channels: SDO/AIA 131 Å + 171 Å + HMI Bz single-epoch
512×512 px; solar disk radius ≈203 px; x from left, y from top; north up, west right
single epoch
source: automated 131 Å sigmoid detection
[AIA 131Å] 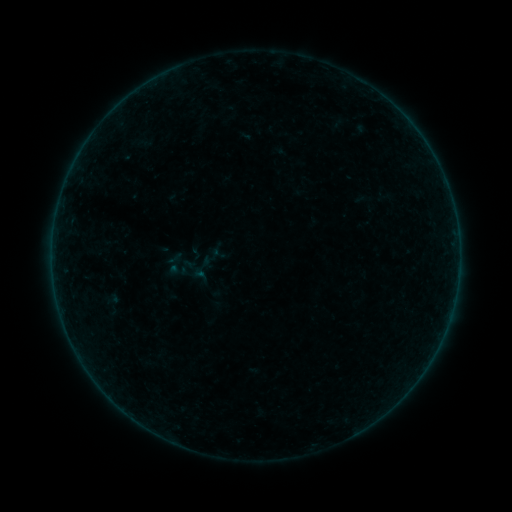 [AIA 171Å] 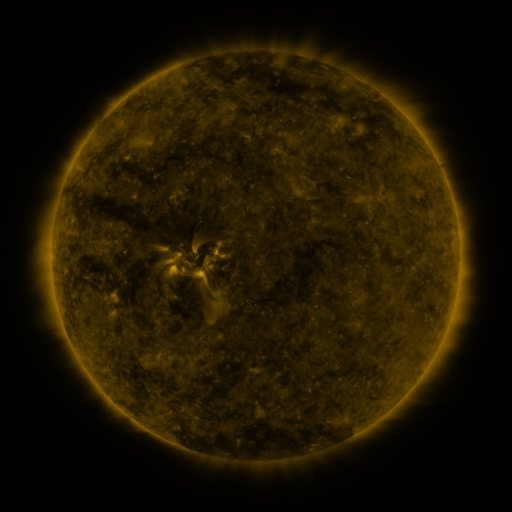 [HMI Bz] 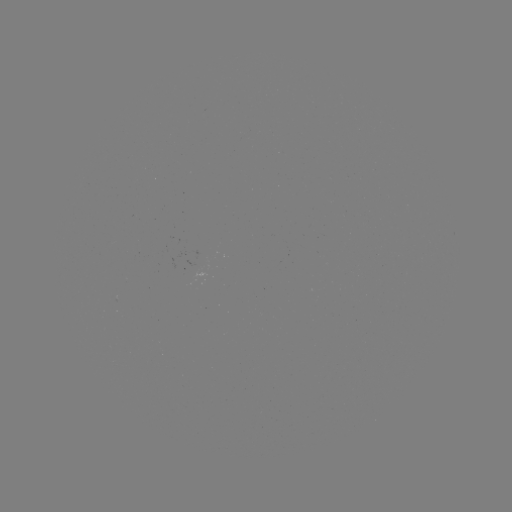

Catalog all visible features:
sigmoid: (187, 243, 205, 260)
sigmoid: (90, 290, 133, 321)
